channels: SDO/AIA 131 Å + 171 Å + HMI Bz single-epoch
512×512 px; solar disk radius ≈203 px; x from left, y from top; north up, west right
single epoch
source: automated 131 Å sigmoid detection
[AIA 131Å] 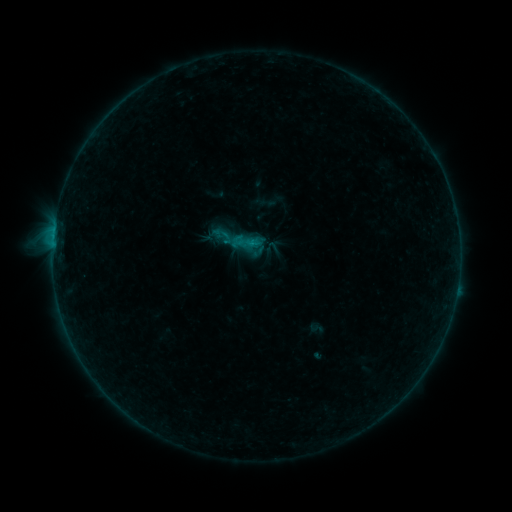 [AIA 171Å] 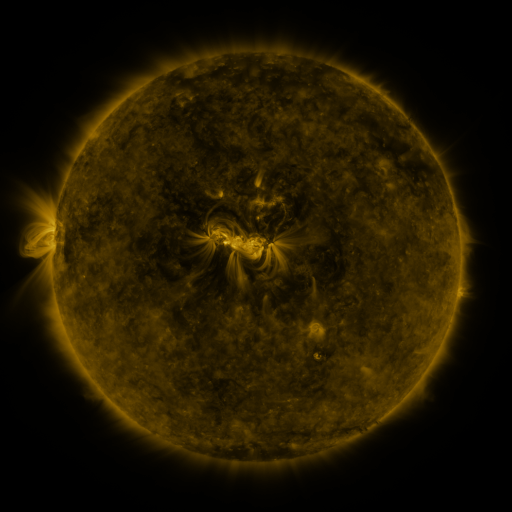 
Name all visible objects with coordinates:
sigmoid: <bbox>232, 225, 264, 257</bbox>
